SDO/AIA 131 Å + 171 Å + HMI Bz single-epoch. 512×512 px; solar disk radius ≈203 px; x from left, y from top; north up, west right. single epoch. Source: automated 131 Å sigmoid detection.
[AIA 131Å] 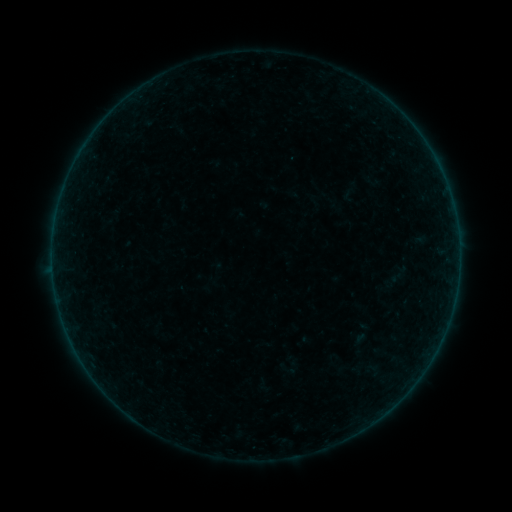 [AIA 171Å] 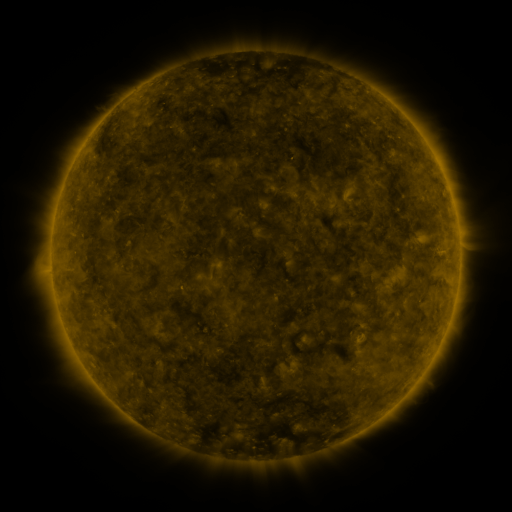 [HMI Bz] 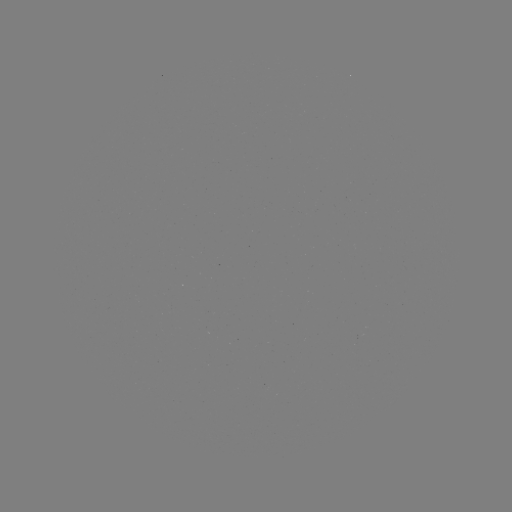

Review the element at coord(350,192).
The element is sigmoid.